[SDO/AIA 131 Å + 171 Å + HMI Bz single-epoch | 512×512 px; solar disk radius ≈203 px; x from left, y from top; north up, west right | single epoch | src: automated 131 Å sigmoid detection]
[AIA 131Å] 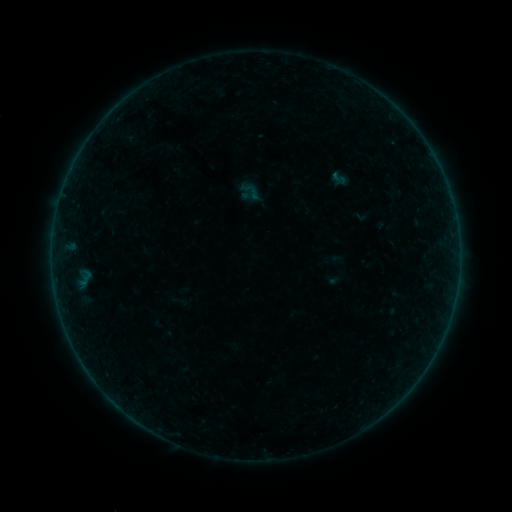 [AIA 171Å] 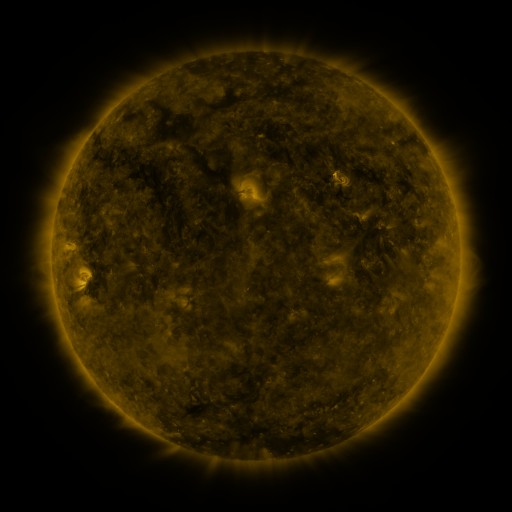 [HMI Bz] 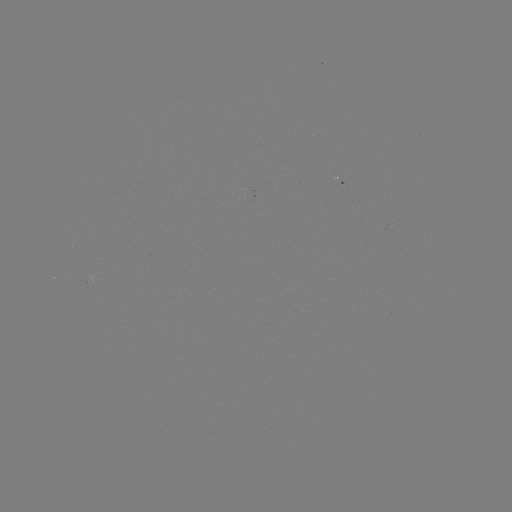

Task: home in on sigmoid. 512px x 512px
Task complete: (339, 178).